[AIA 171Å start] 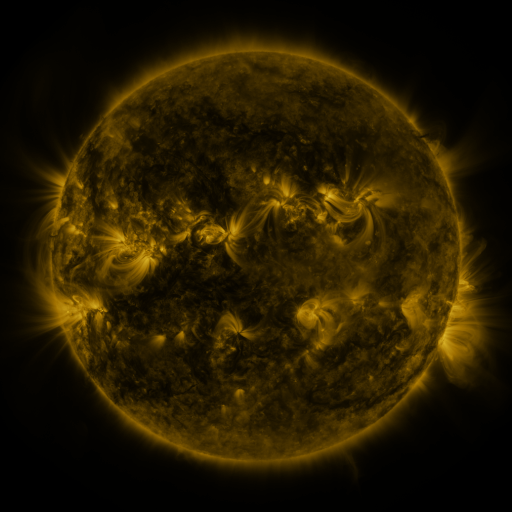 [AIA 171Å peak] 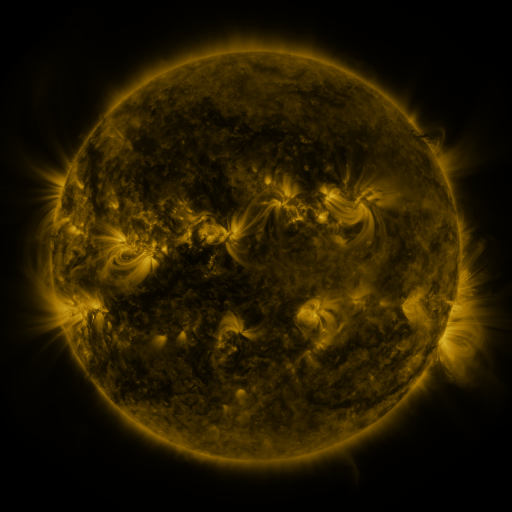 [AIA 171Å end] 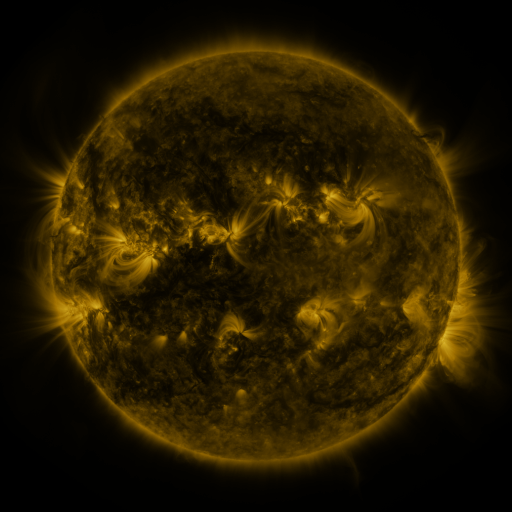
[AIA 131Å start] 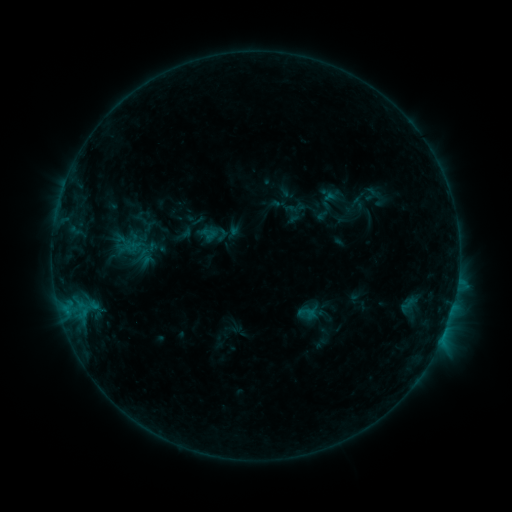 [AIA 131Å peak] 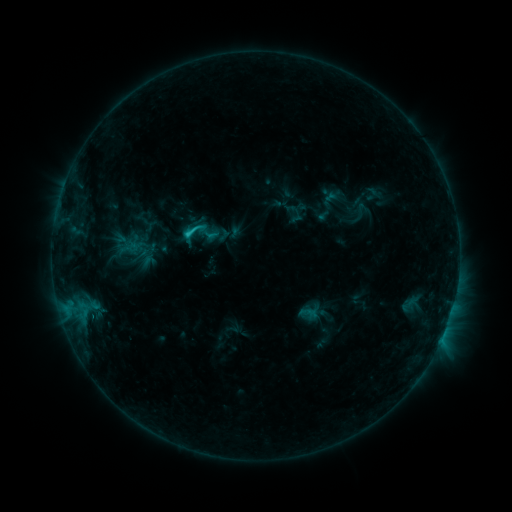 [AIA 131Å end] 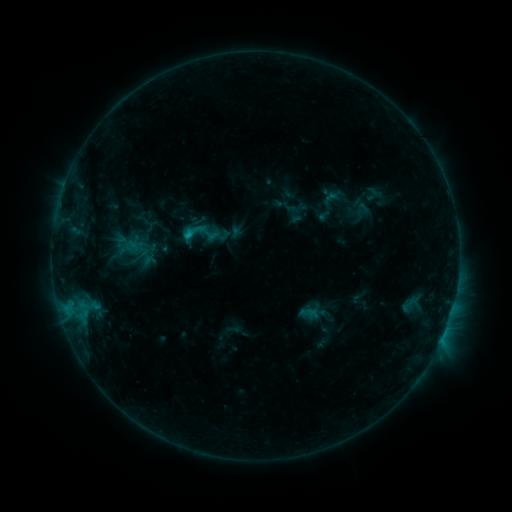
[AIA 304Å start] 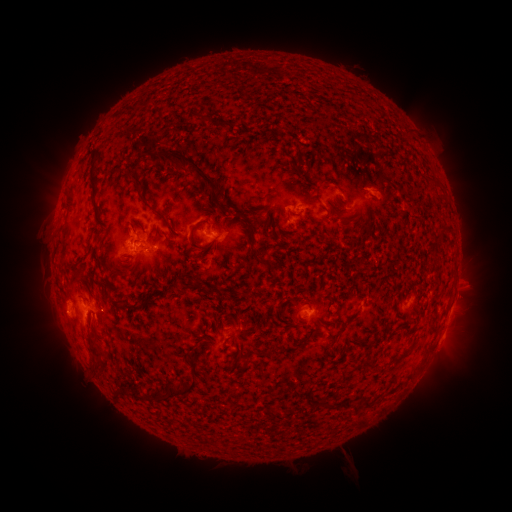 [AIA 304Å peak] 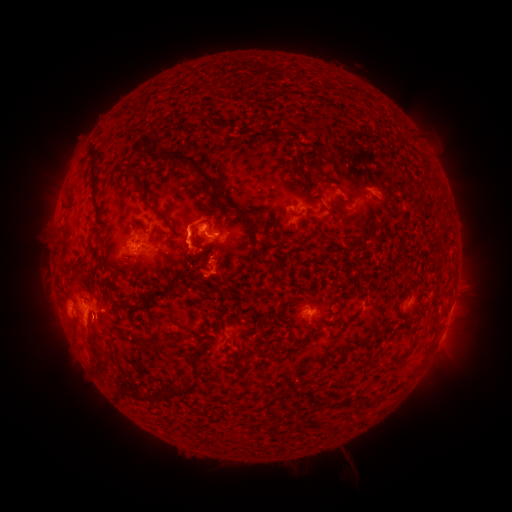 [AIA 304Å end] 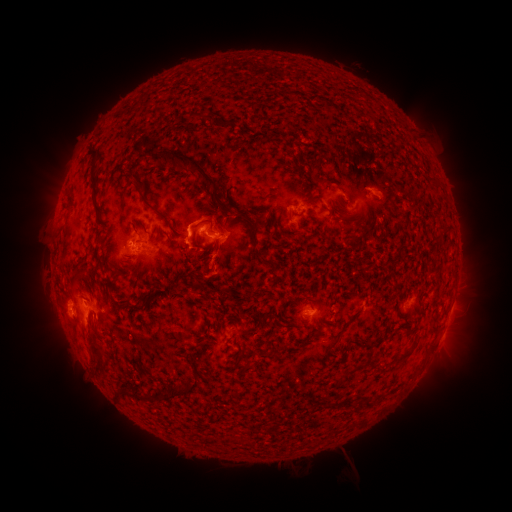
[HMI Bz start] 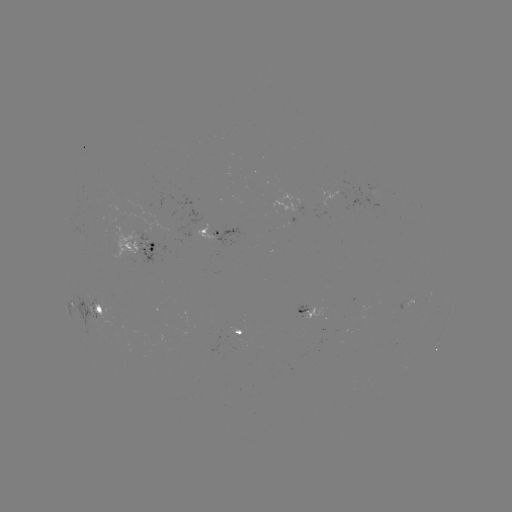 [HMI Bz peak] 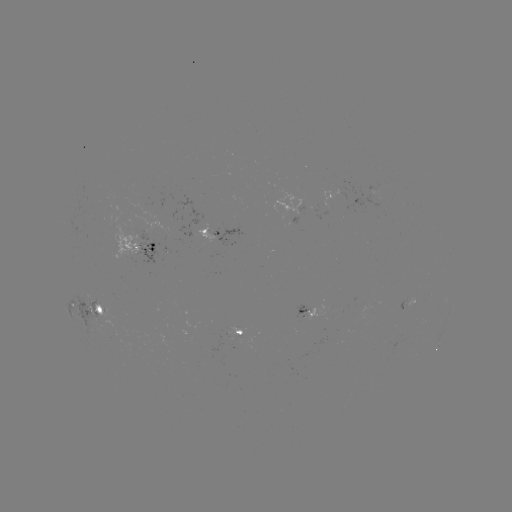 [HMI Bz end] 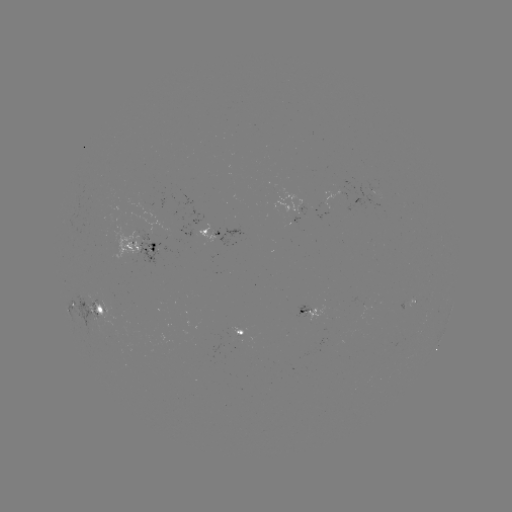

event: flare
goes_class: C1.7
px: (190, 235)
